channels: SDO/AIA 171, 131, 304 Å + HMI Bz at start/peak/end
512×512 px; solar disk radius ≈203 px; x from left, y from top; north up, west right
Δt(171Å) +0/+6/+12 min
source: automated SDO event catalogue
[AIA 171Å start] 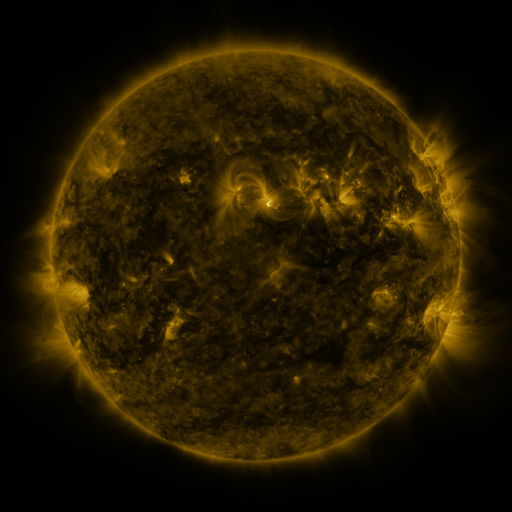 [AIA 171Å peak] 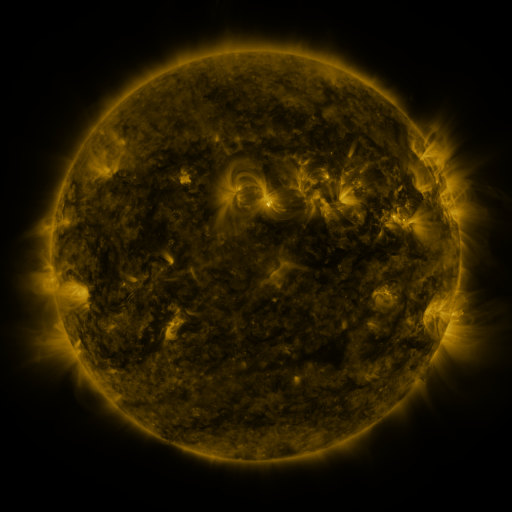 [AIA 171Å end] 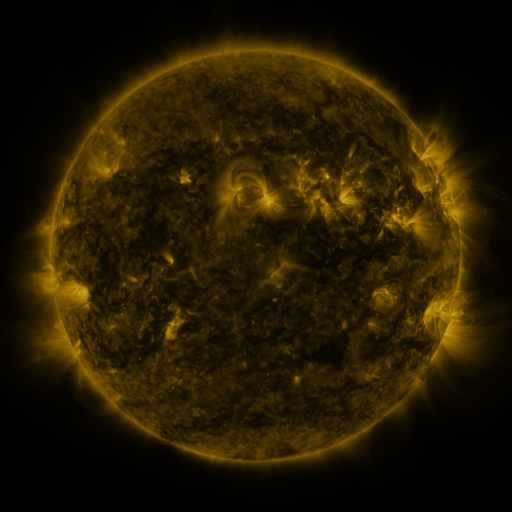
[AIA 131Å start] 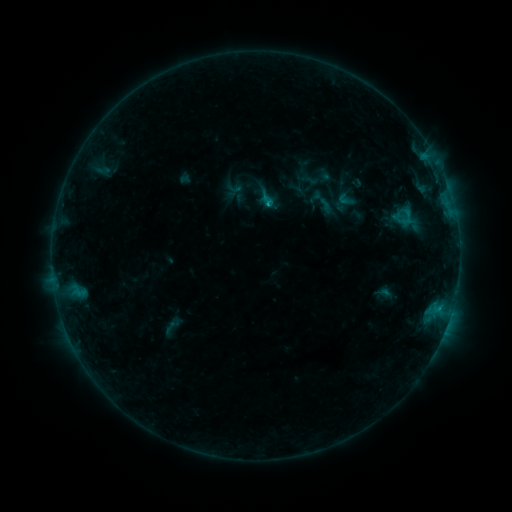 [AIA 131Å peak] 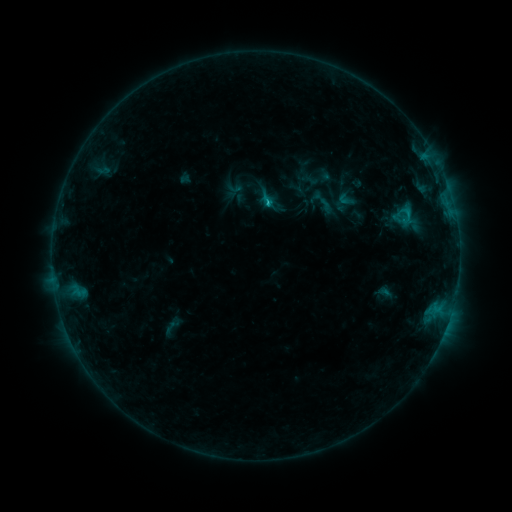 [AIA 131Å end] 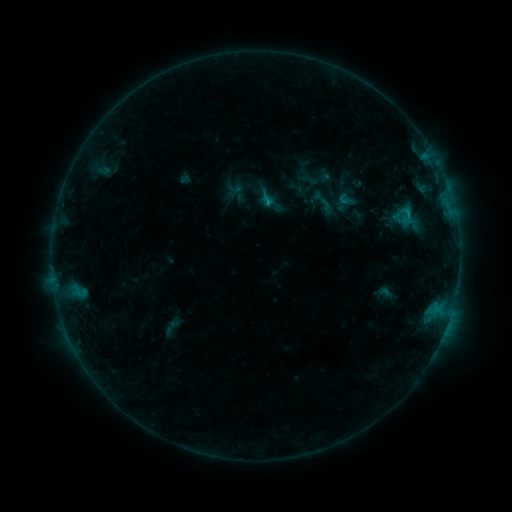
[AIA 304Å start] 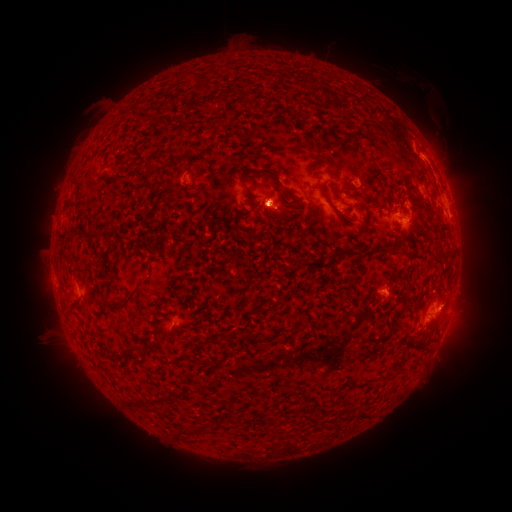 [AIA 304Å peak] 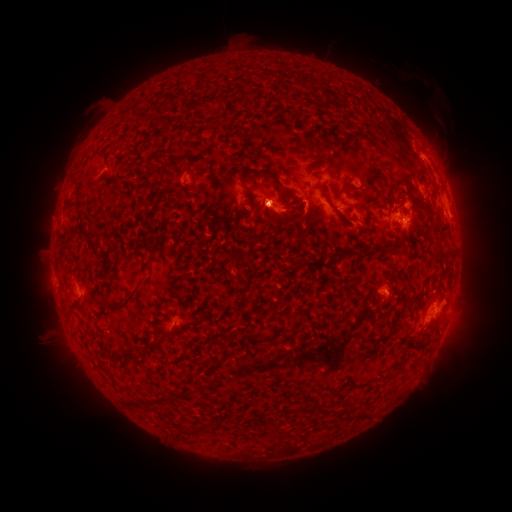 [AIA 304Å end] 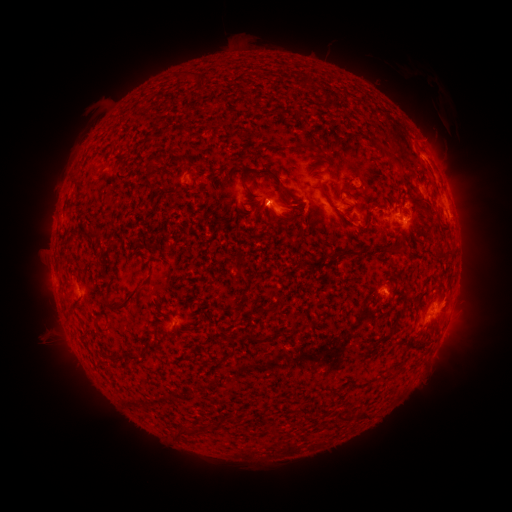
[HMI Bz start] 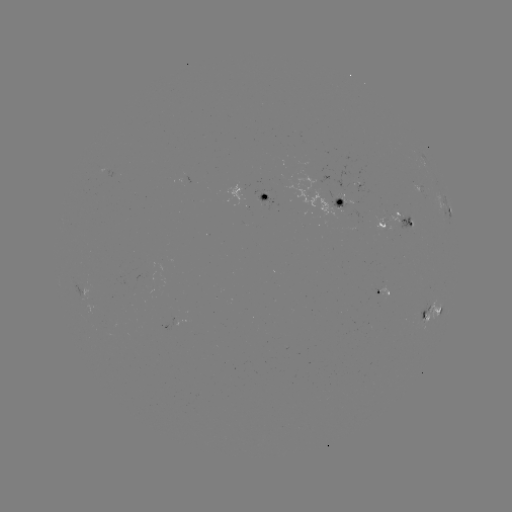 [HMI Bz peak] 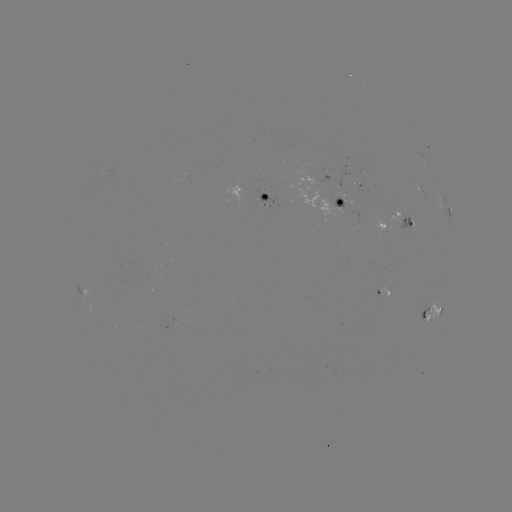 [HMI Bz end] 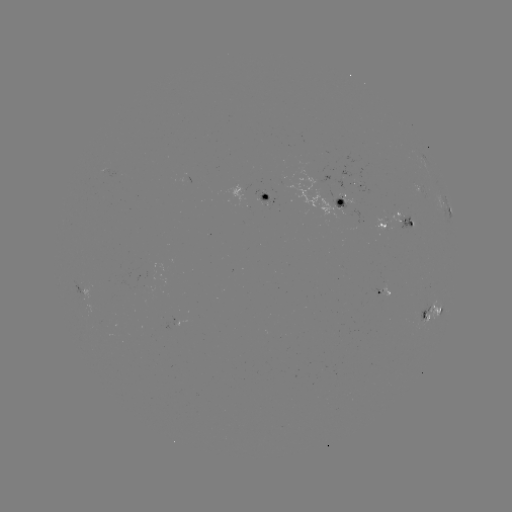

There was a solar flare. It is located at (266, 206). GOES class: C1.0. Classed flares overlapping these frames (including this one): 1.